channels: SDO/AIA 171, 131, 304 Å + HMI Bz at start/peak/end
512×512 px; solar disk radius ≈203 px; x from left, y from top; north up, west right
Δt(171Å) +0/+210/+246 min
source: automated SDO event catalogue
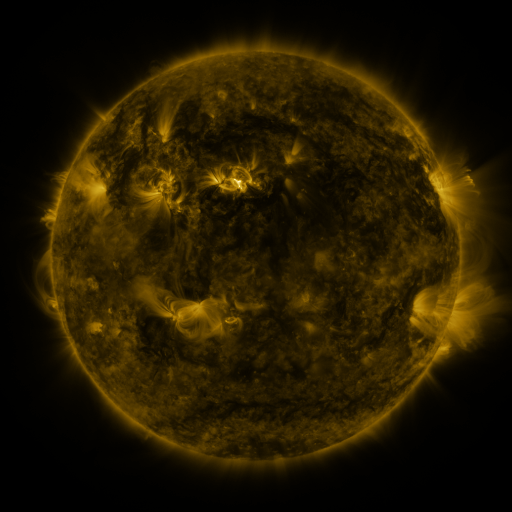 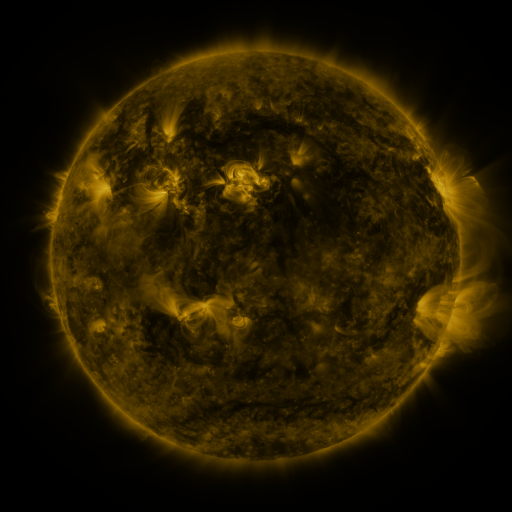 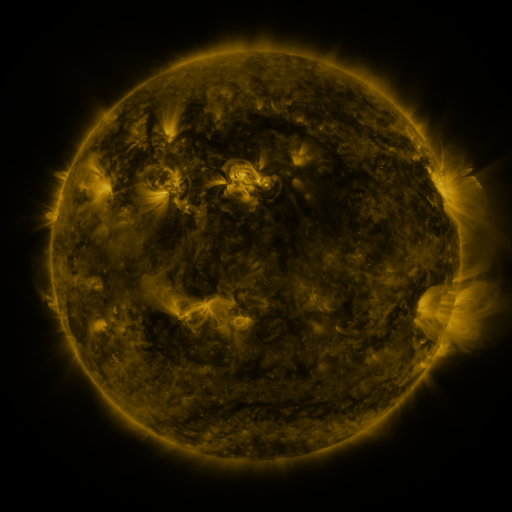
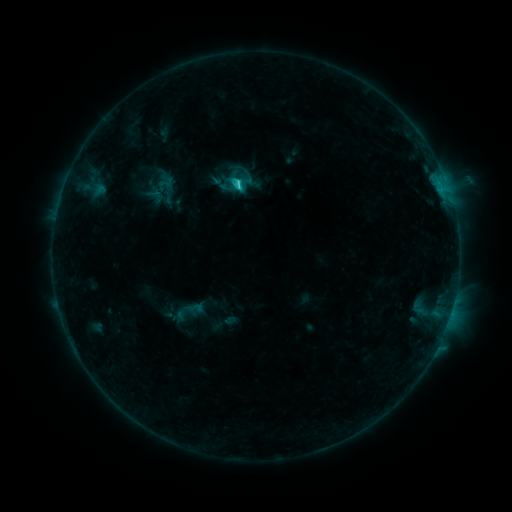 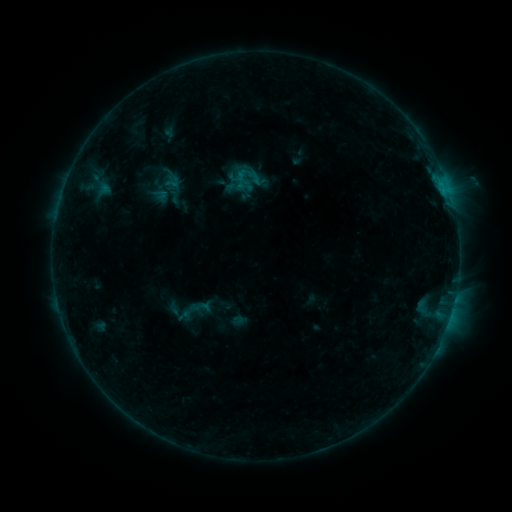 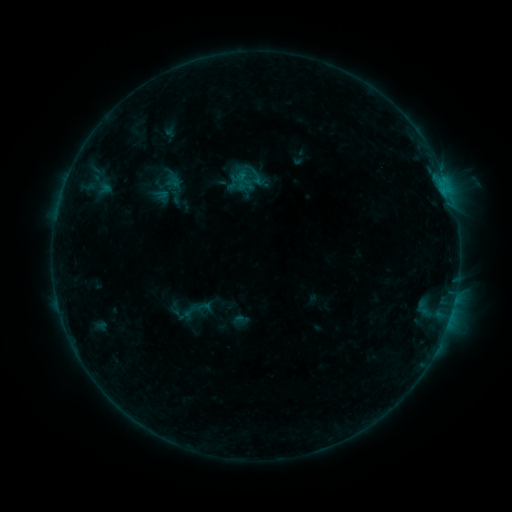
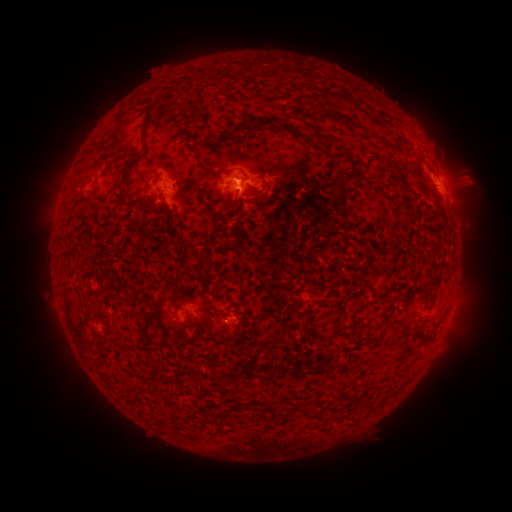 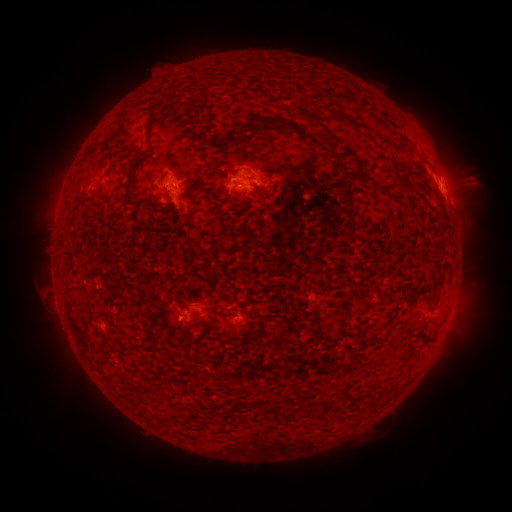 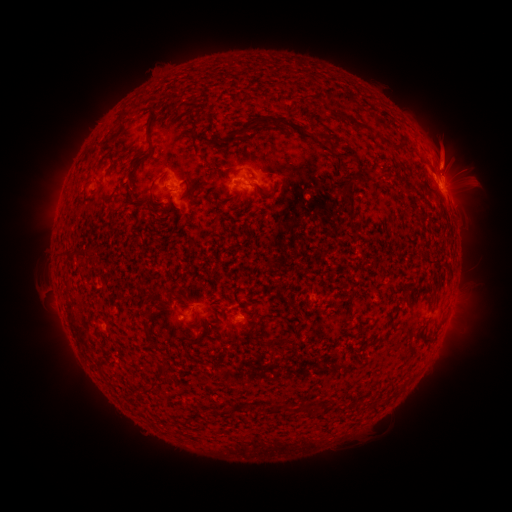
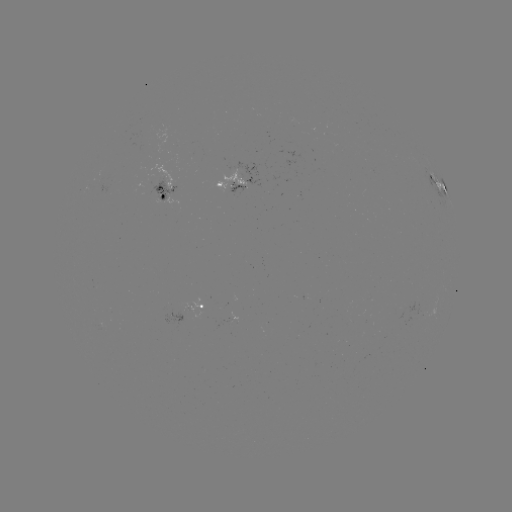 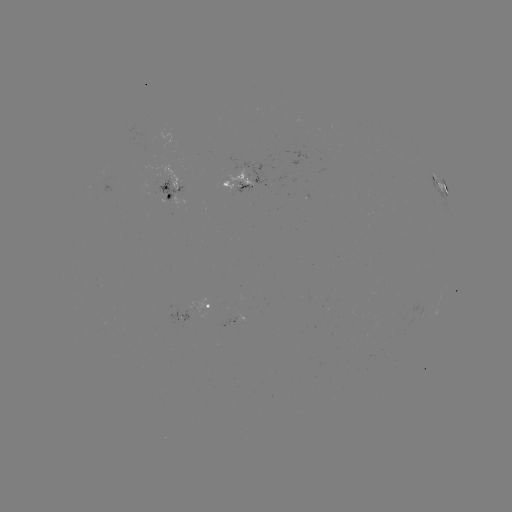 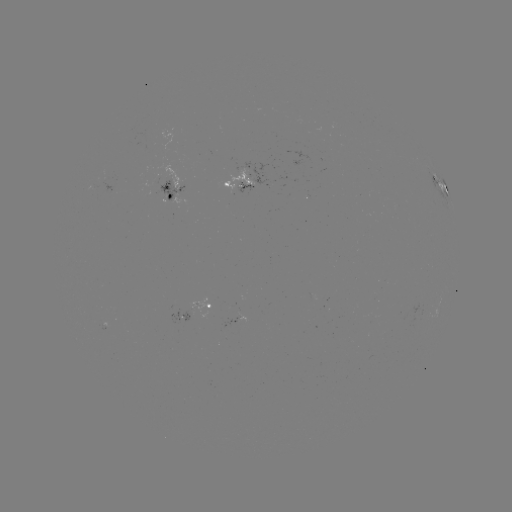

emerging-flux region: (224, 312, 244, 326)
